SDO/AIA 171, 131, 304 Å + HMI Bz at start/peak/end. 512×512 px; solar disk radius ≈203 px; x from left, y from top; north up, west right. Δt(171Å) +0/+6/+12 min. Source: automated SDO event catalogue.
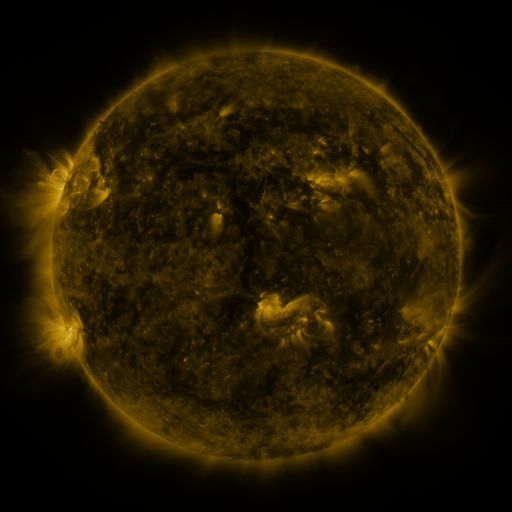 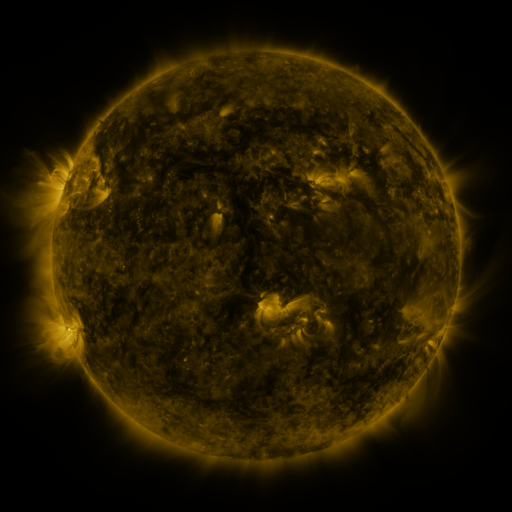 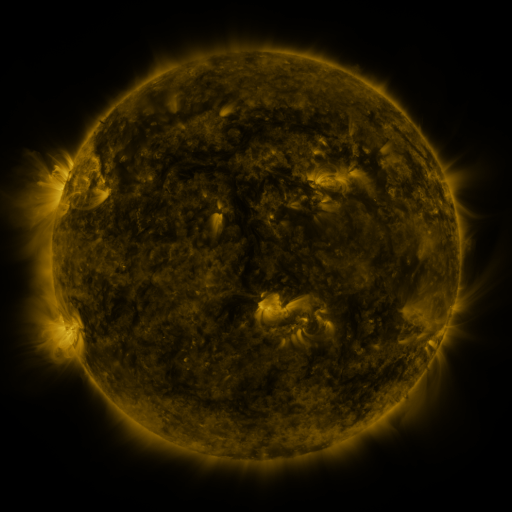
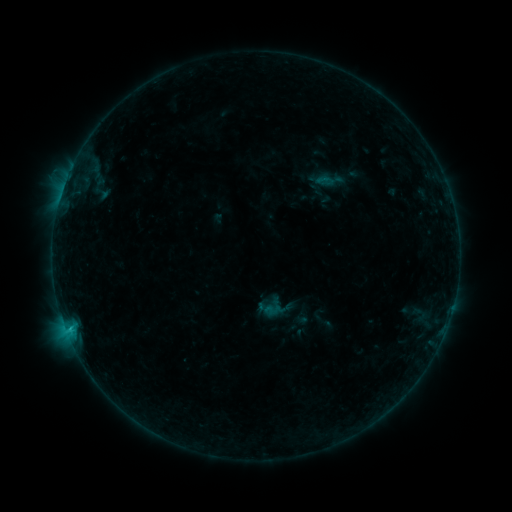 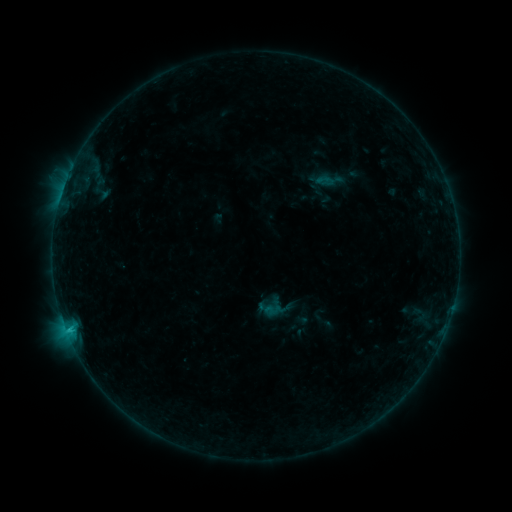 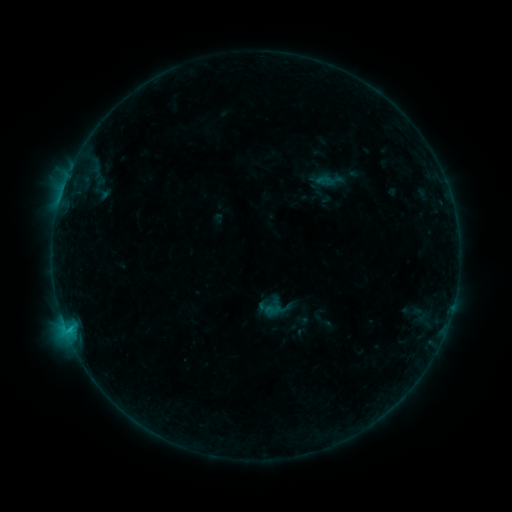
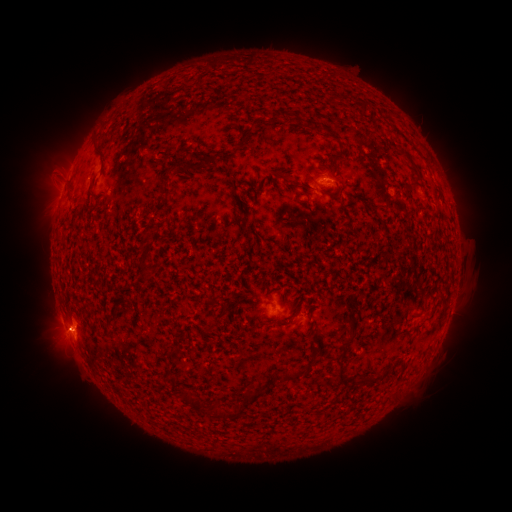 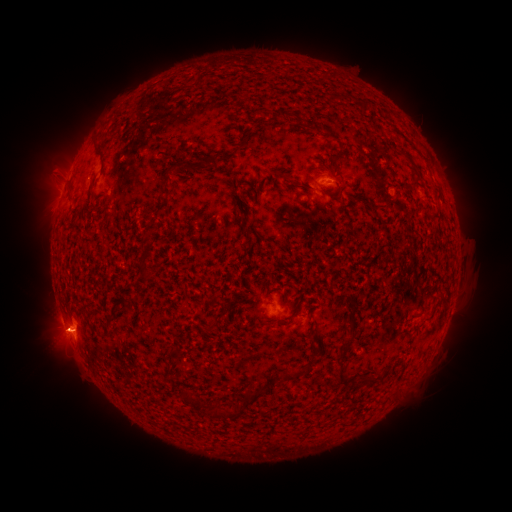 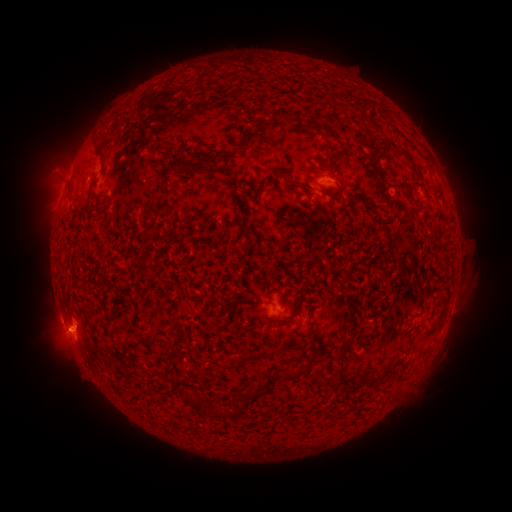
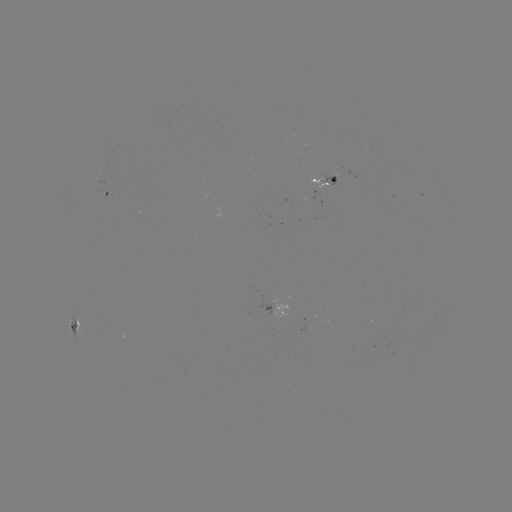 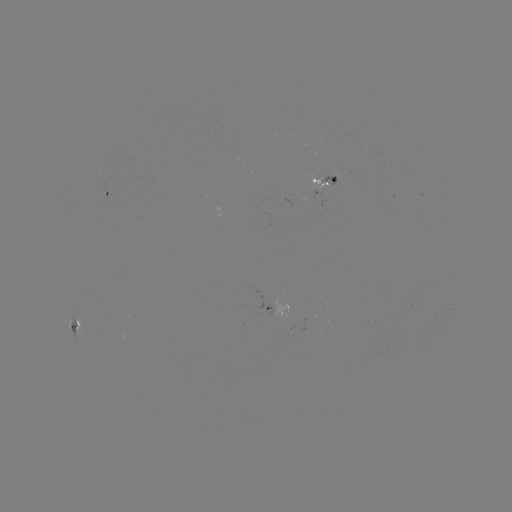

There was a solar eruption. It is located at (57, 335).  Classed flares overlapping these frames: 1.